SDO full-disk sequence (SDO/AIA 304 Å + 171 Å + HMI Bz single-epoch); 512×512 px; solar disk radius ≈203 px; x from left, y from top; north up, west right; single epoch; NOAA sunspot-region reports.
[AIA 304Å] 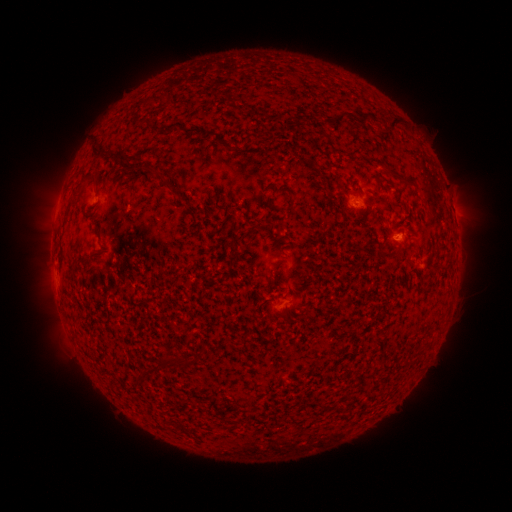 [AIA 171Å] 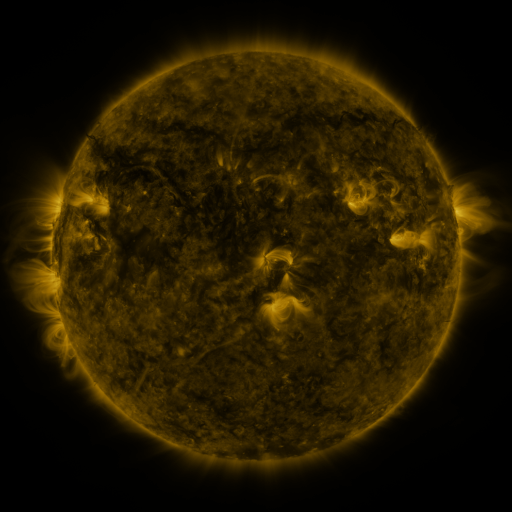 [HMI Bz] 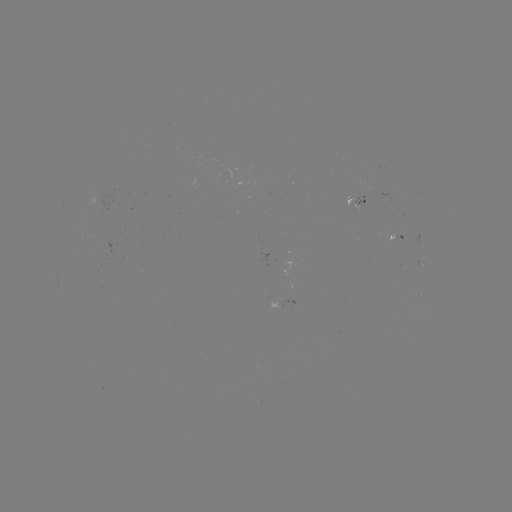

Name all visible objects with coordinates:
spotted active region: (357, 200)
spotted active region: (453, 210)
spotted active region: (397, 239)
spotted active region: (286, 302)
